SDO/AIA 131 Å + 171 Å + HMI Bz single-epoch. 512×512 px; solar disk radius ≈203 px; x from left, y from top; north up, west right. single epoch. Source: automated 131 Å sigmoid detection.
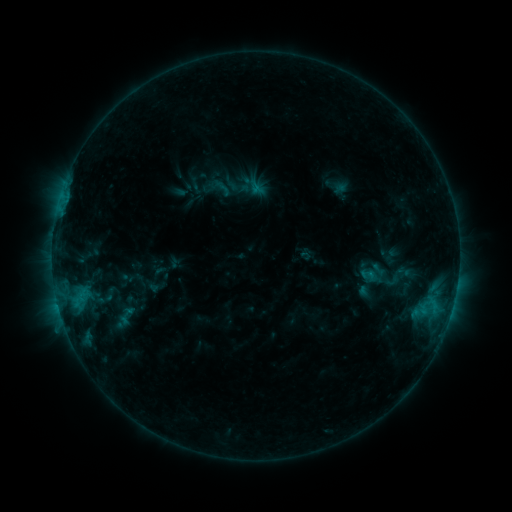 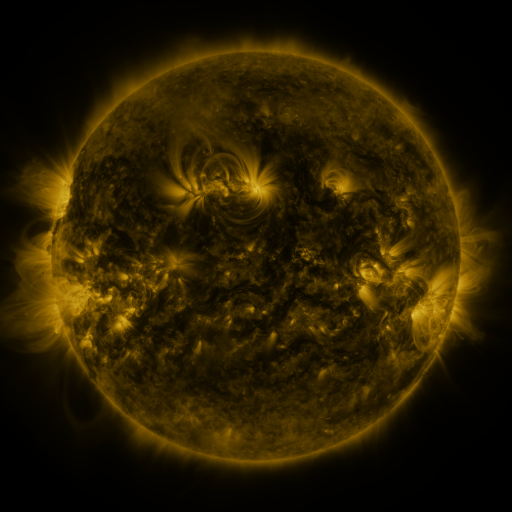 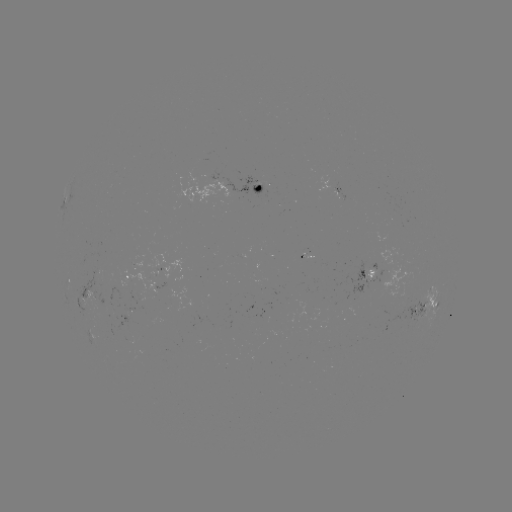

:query sigmoid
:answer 368,275